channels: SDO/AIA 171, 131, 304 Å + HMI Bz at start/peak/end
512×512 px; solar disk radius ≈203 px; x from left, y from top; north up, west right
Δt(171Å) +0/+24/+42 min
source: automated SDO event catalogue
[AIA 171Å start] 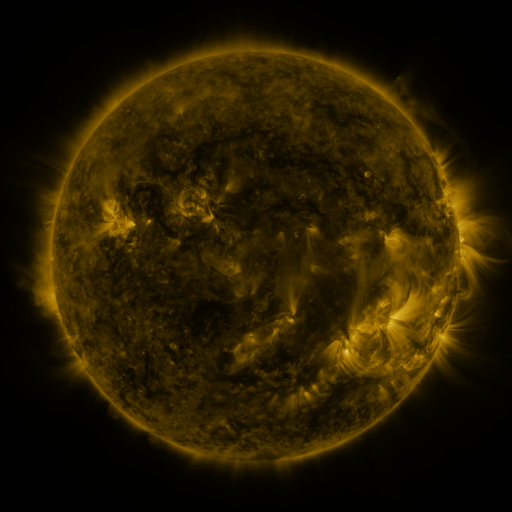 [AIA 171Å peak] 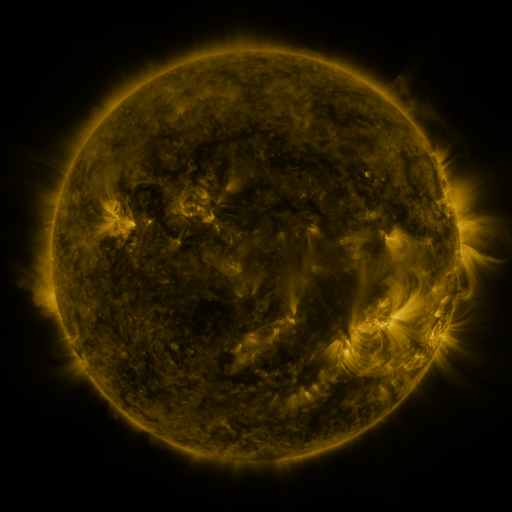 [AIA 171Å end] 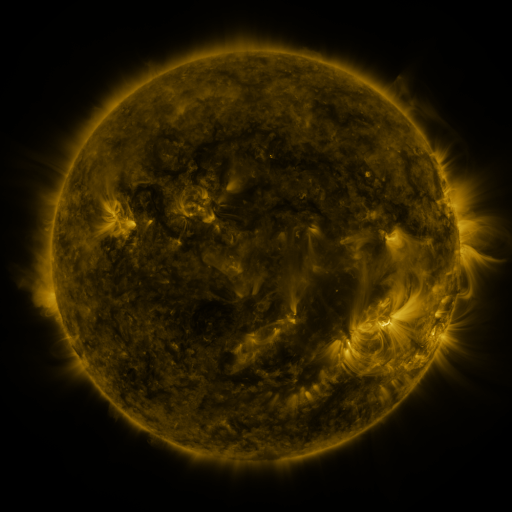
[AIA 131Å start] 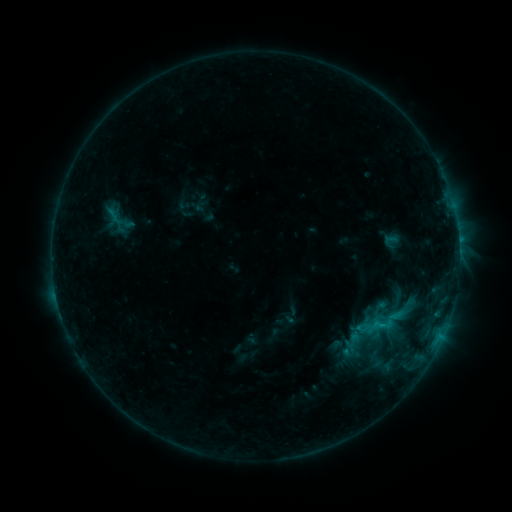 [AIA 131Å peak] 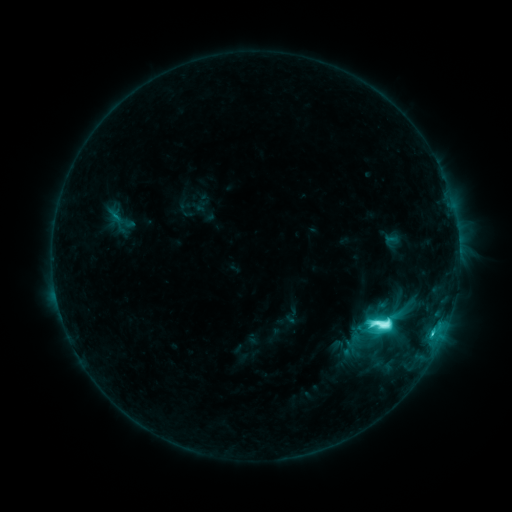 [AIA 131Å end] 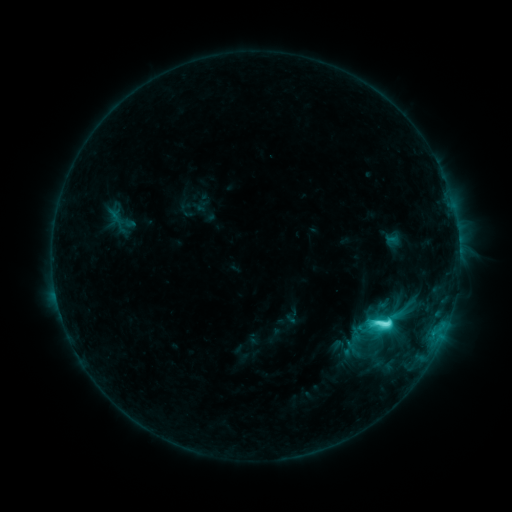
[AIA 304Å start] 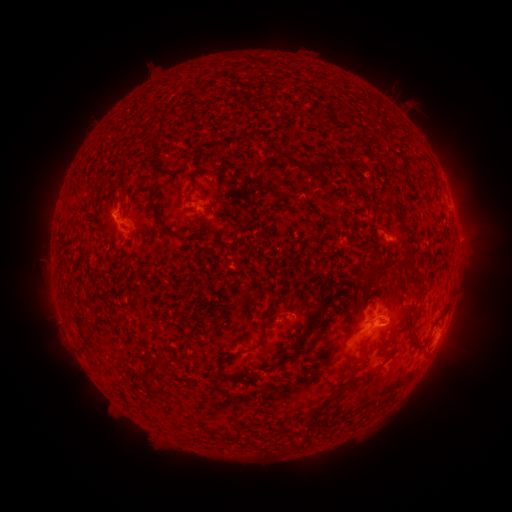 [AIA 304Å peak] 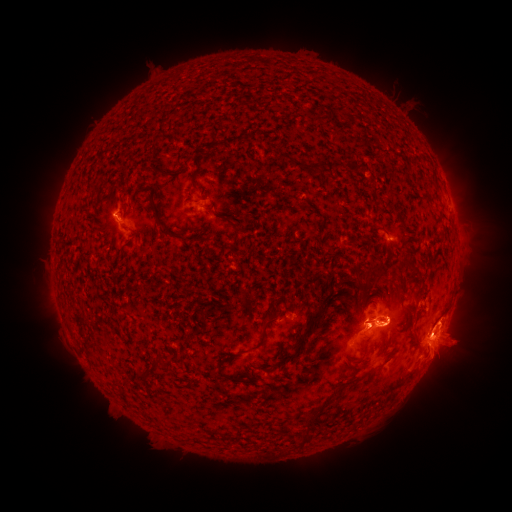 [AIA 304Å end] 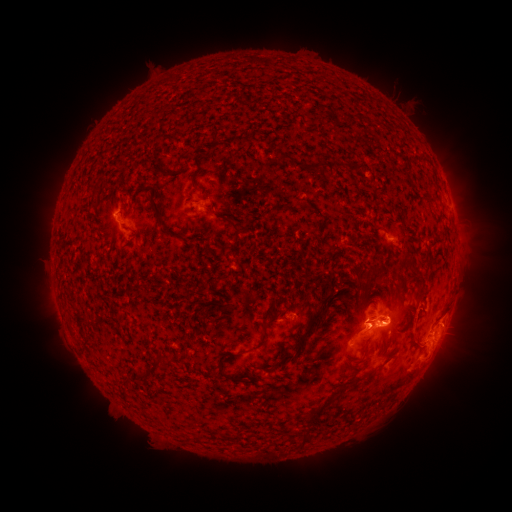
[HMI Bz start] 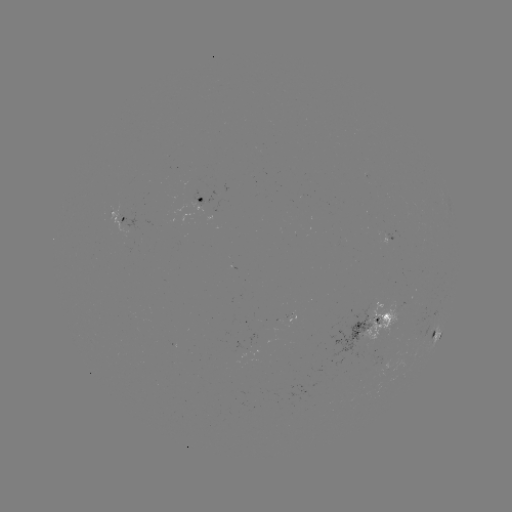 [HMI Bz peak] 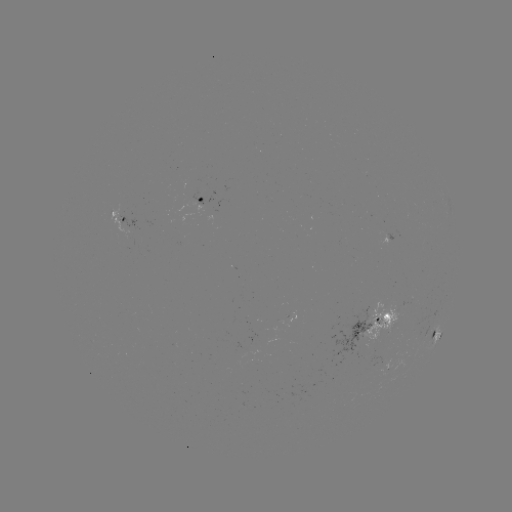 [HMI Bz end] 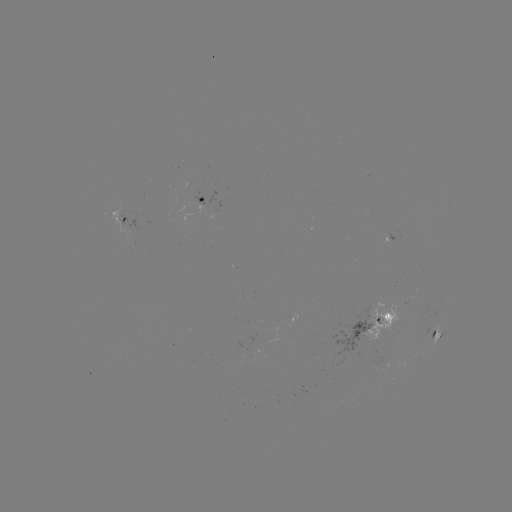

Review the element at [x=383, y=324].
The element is M1.4 flare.